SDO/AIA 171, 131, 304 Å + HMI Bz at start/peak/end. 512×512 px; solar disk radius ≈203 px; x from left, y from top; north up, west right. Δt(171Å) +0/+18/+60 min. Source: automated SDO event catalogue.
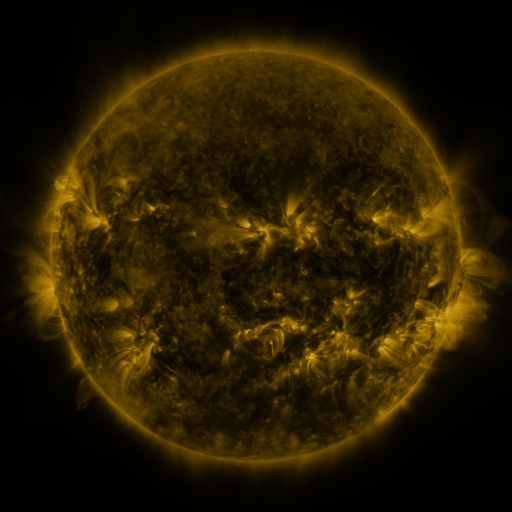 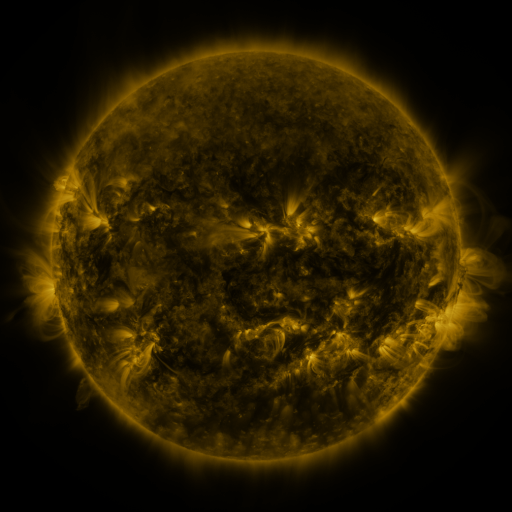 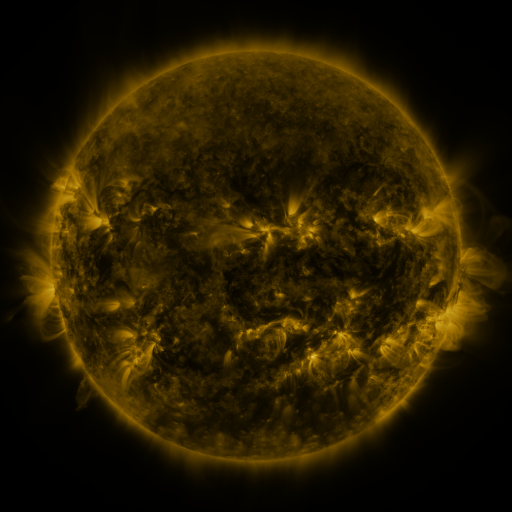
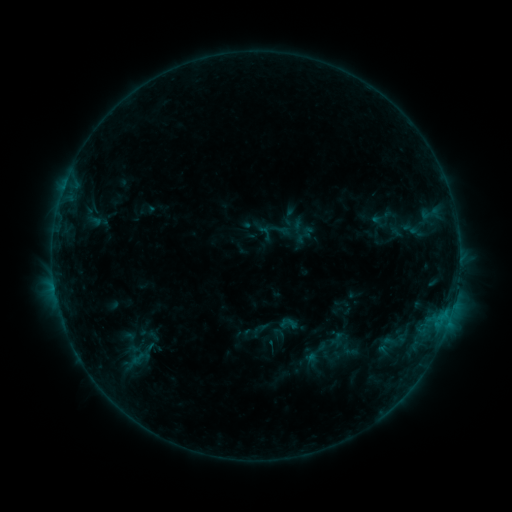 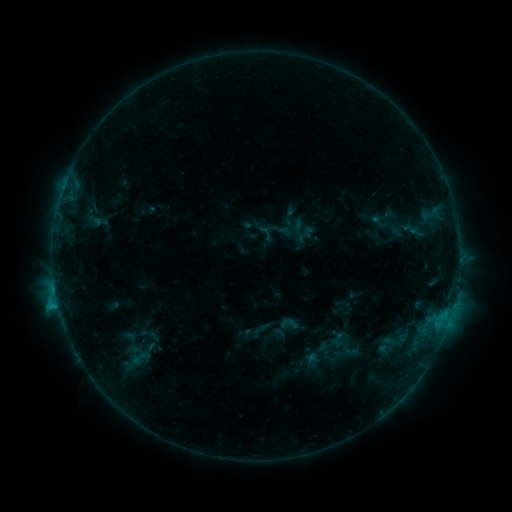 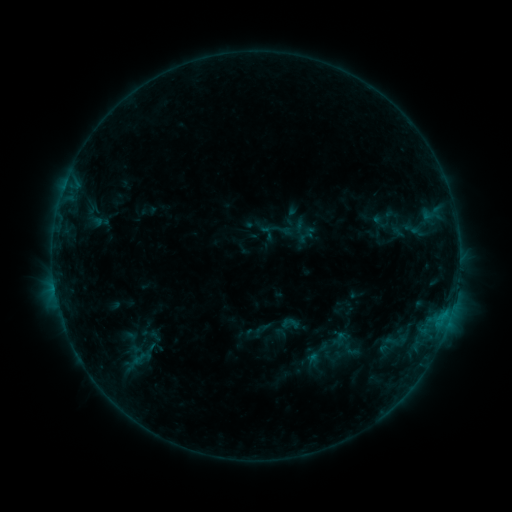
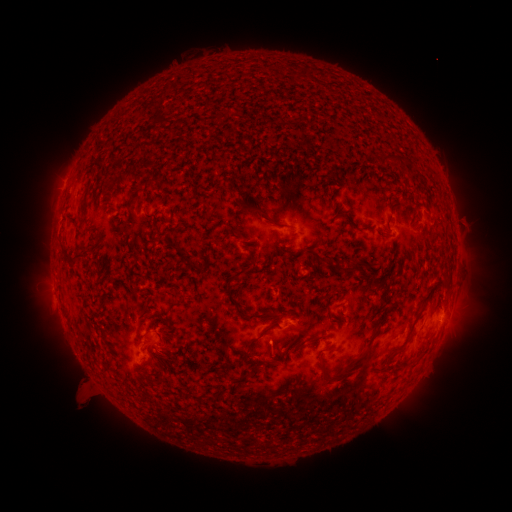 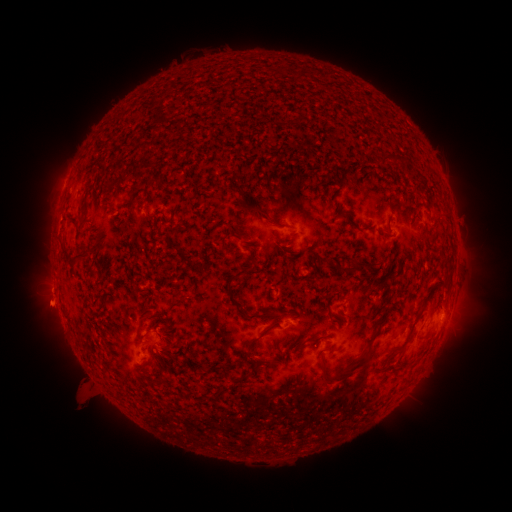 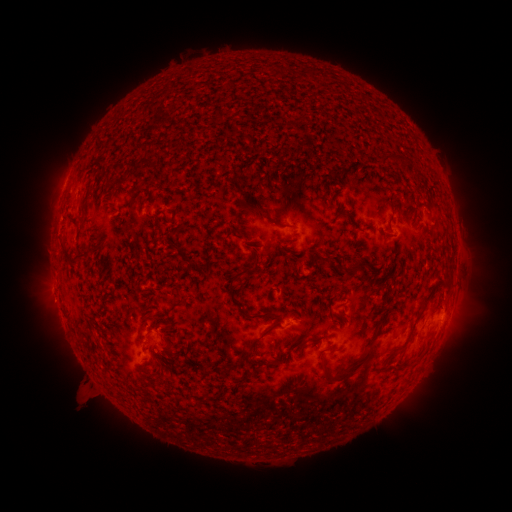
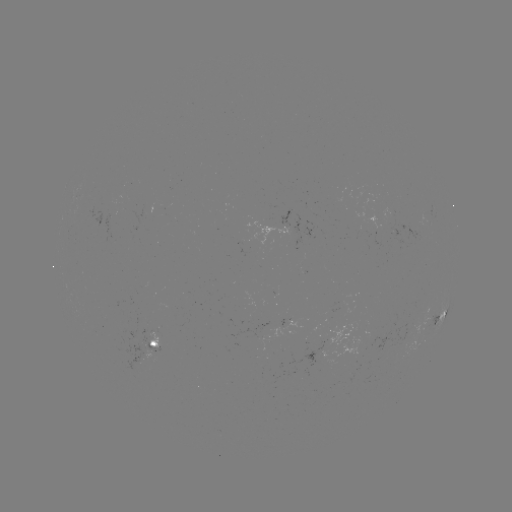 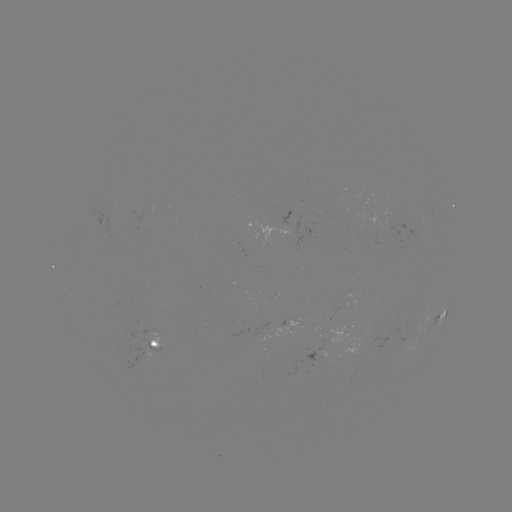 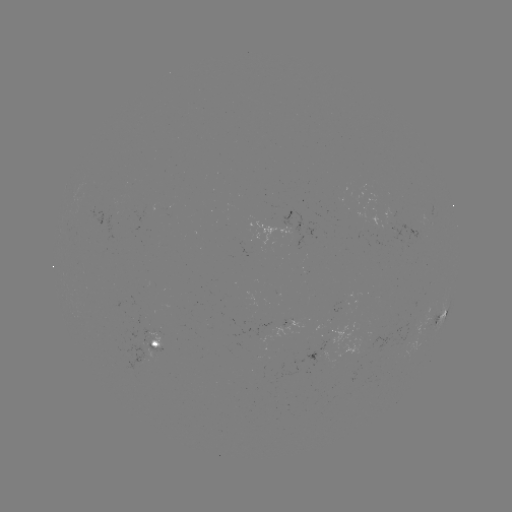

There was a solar flare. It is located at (58, 302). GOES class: B6.5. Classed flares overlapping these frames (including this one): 1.